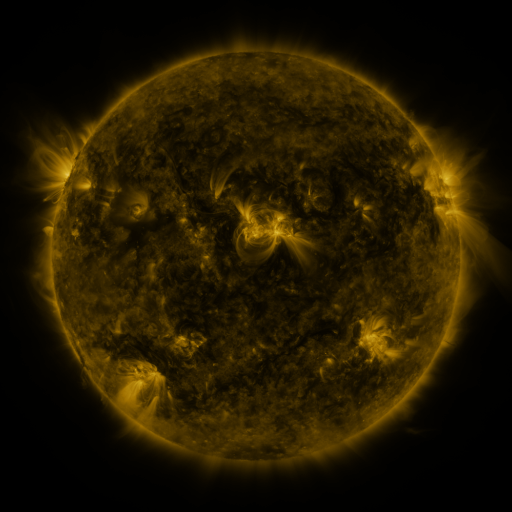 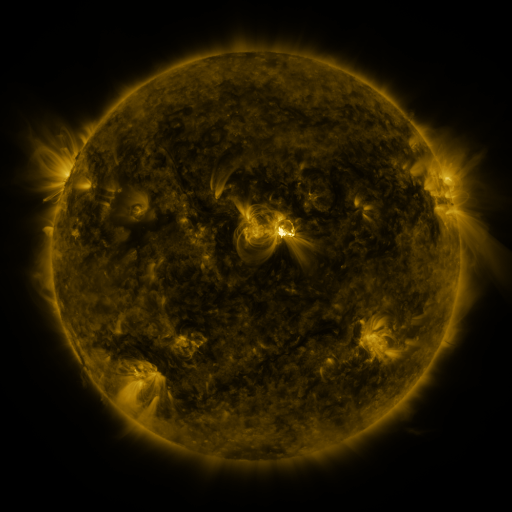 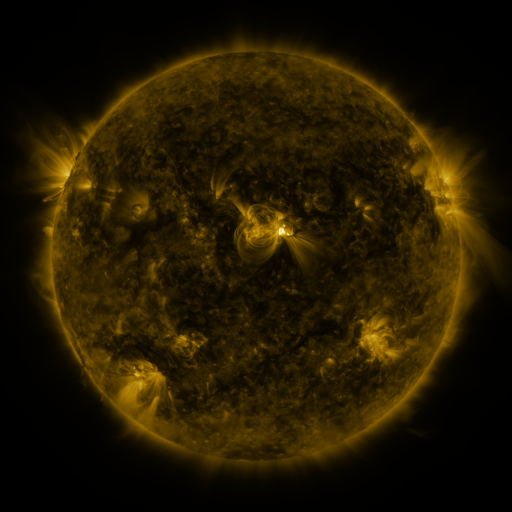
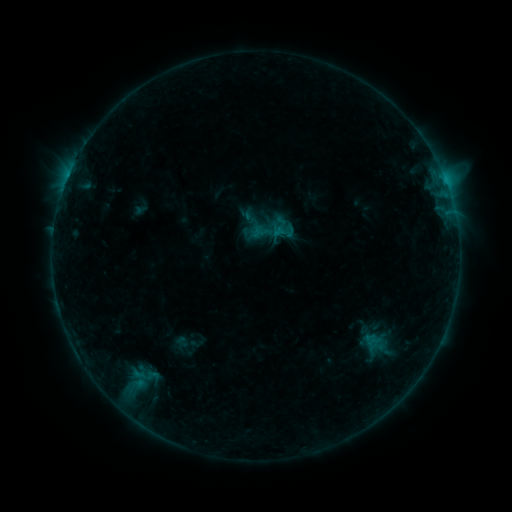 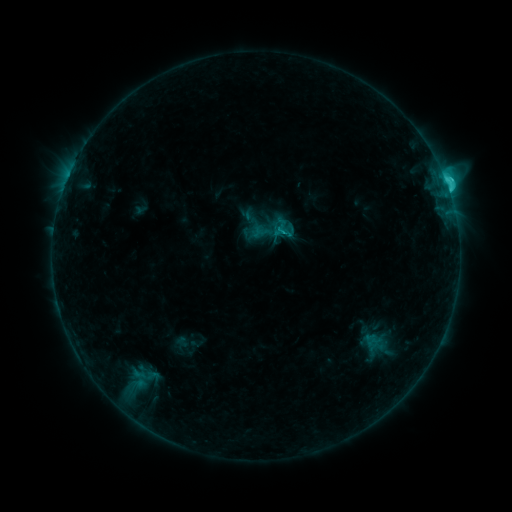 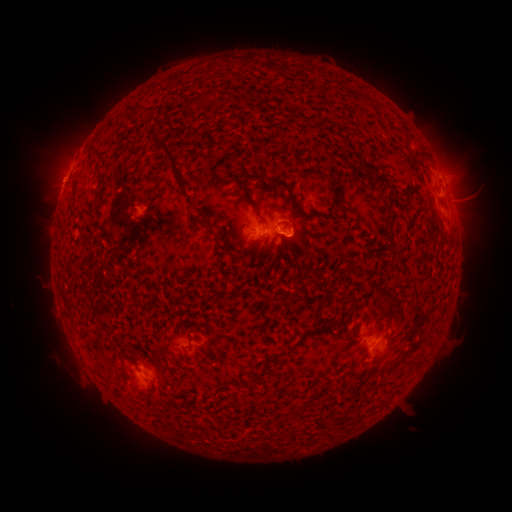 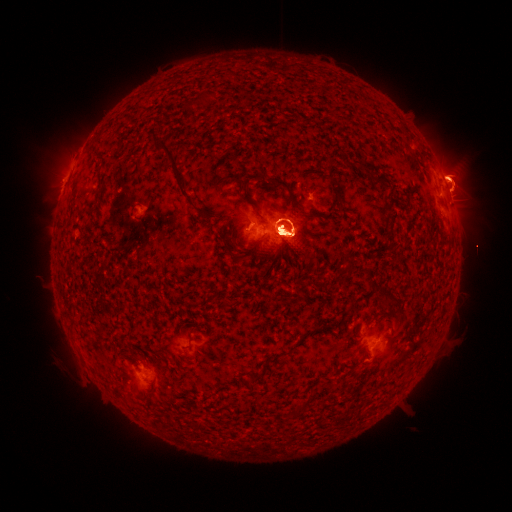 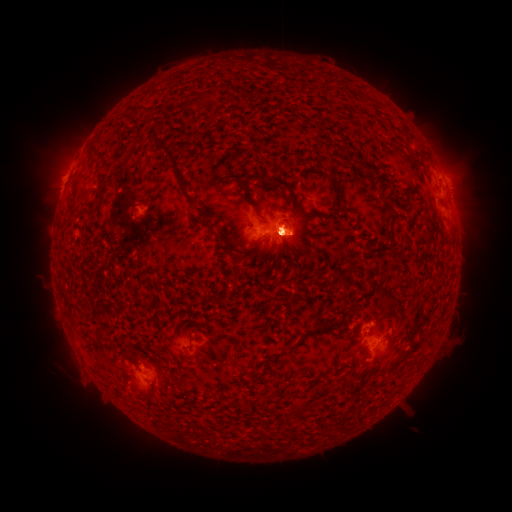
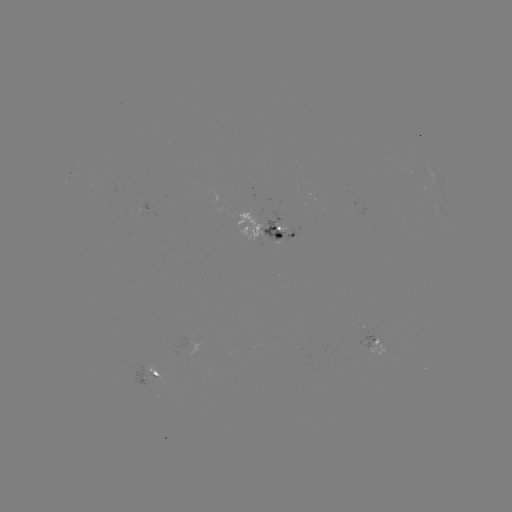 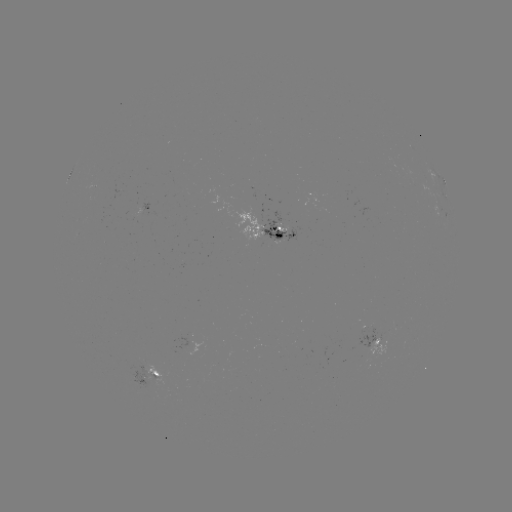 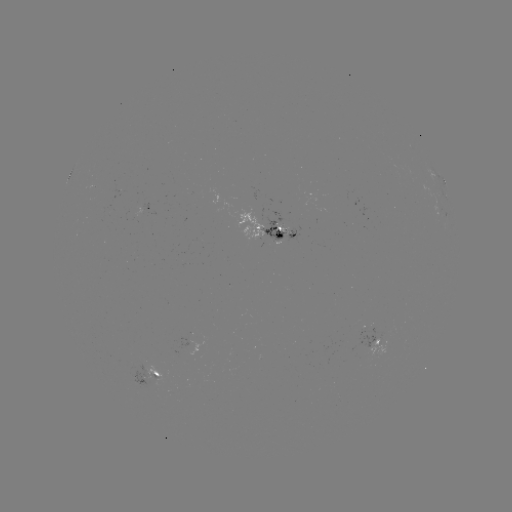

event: flare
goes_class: M5.3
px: (280, 235)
